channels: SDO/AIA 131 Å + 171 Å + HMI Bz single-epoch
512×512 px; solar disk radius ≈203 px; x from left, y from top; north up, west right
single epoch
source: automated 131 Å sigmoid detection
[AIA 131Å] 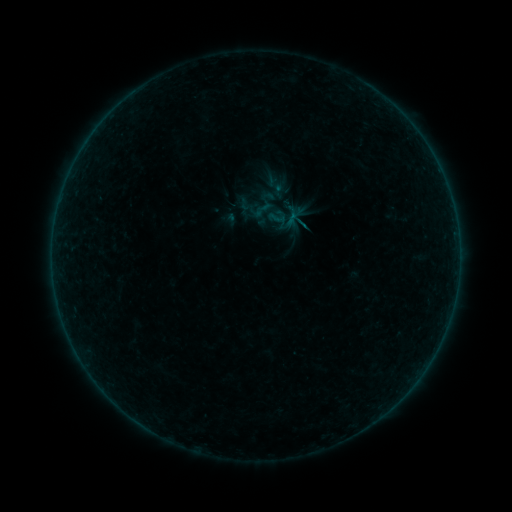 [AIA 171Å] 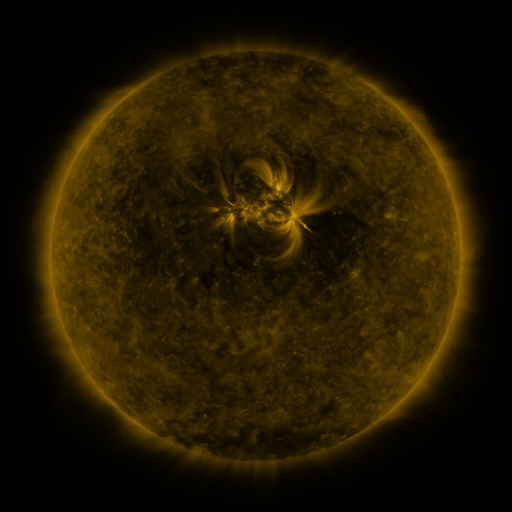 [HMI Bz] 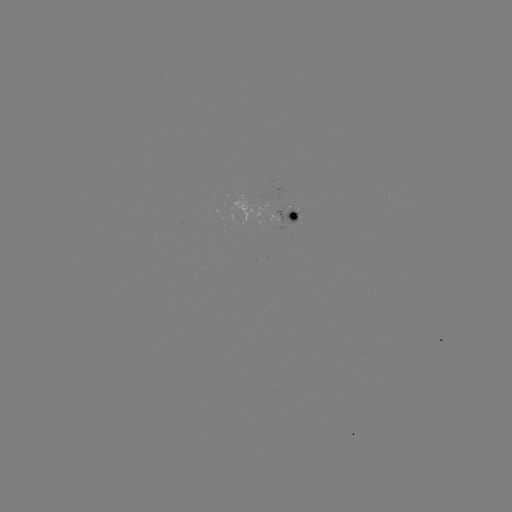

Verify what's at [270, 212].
sigmoid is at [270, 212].